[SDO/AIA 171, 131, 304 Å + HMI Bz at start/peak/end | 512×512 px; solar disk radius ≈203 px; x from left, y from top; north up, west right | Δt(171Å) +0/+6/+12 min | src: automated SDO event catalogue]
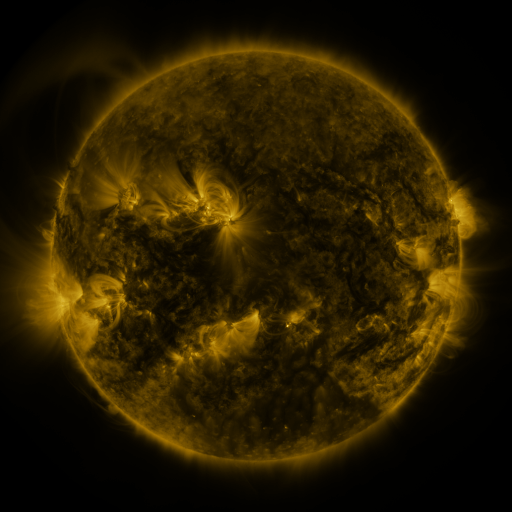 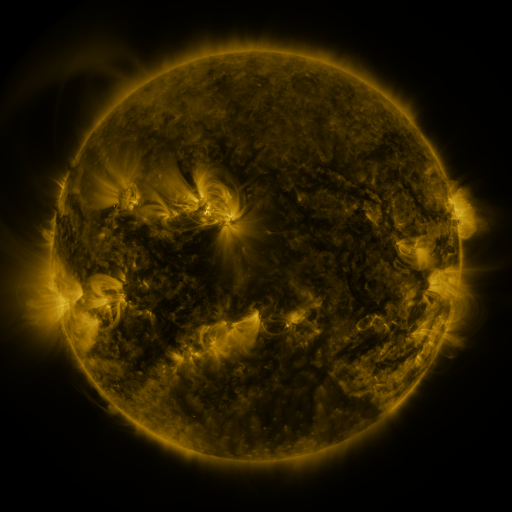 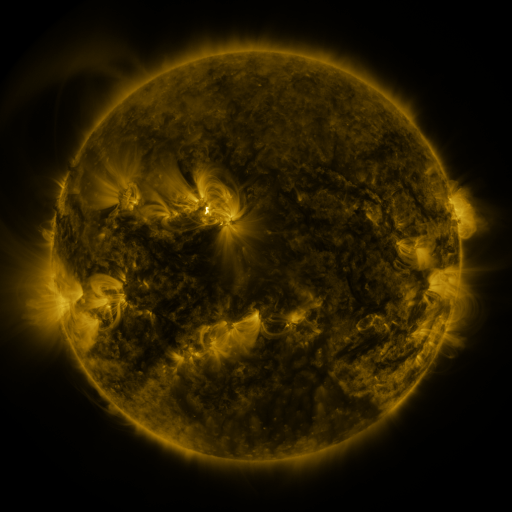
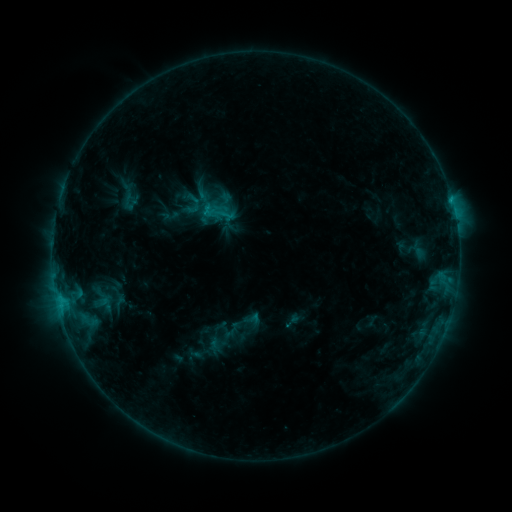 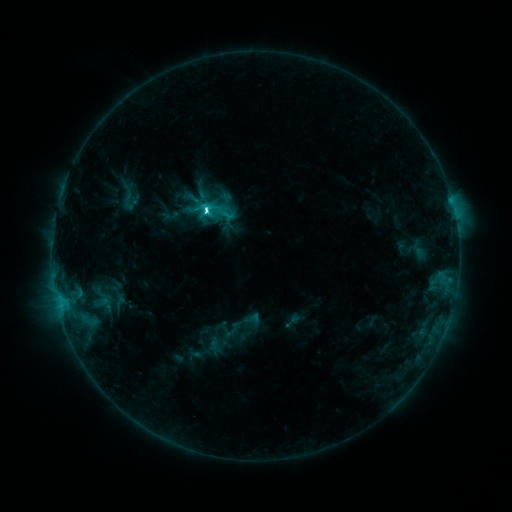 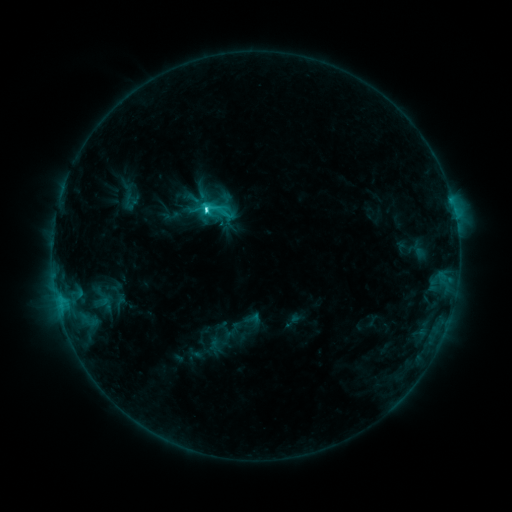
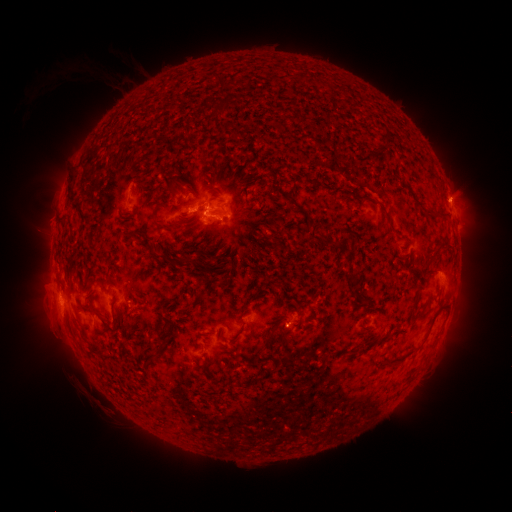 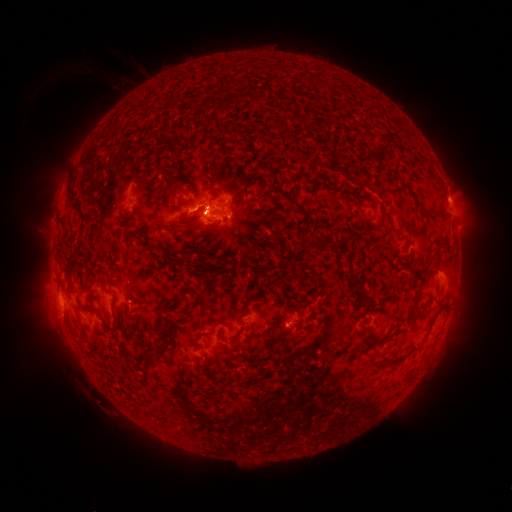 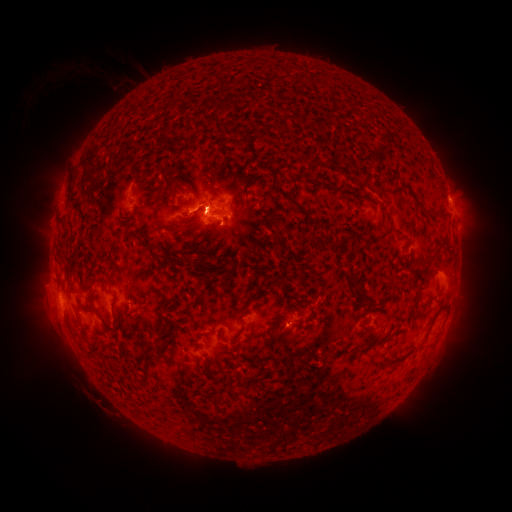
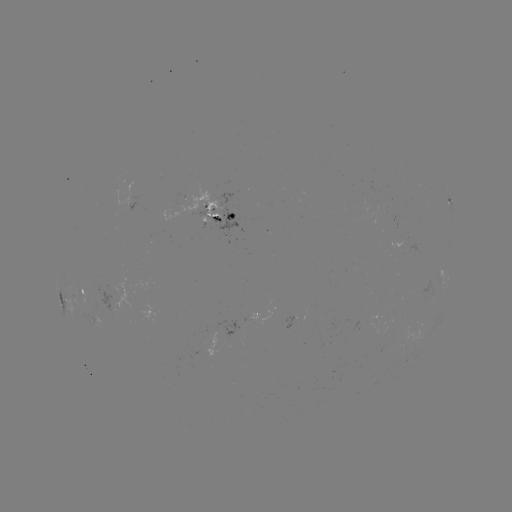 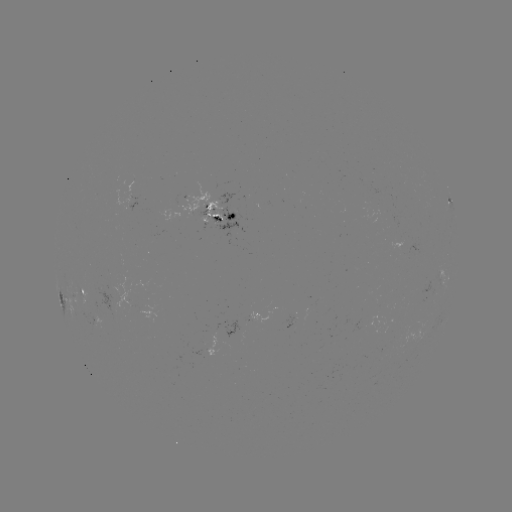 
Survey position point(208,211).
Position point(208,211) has C4.0 flare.